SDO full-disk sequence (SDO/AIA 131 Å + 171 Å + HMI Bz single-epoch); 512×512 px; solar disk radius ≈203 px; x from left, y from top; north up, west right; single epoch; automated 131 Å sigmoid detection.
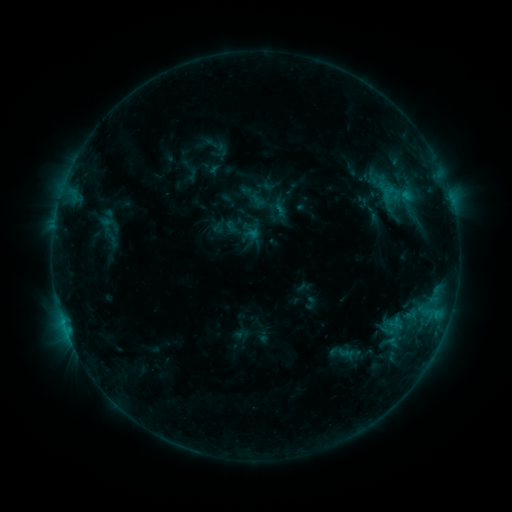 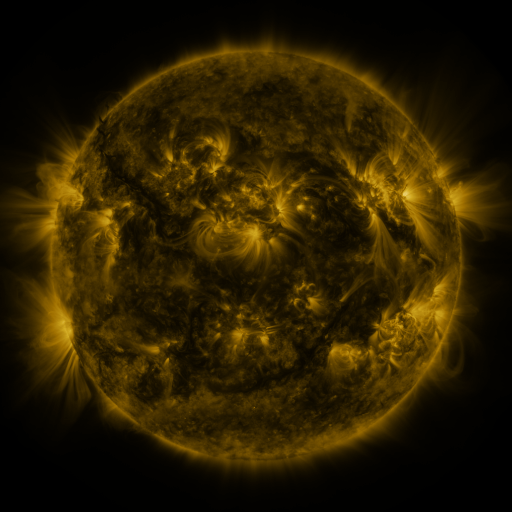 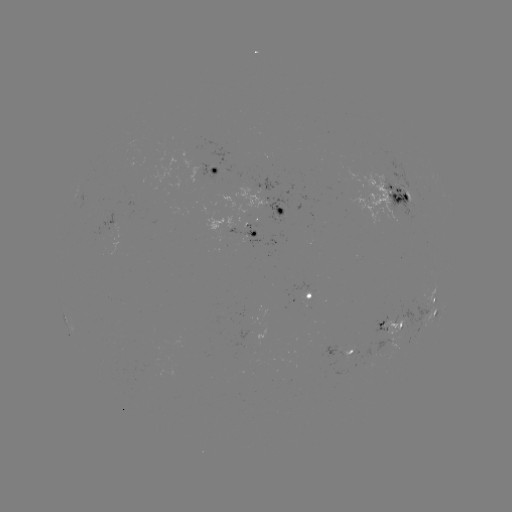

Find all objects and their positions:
sigmoid: (386, 312, 403, 330)
